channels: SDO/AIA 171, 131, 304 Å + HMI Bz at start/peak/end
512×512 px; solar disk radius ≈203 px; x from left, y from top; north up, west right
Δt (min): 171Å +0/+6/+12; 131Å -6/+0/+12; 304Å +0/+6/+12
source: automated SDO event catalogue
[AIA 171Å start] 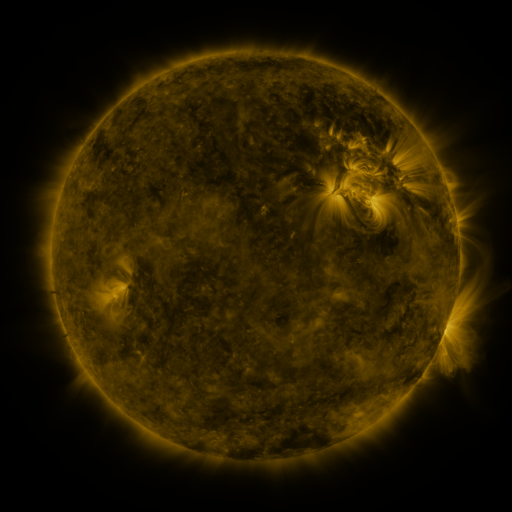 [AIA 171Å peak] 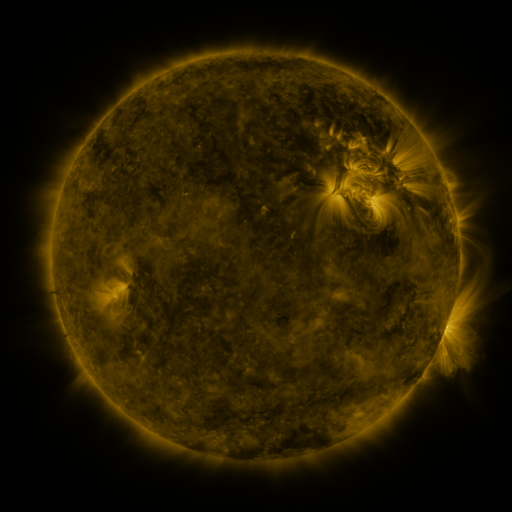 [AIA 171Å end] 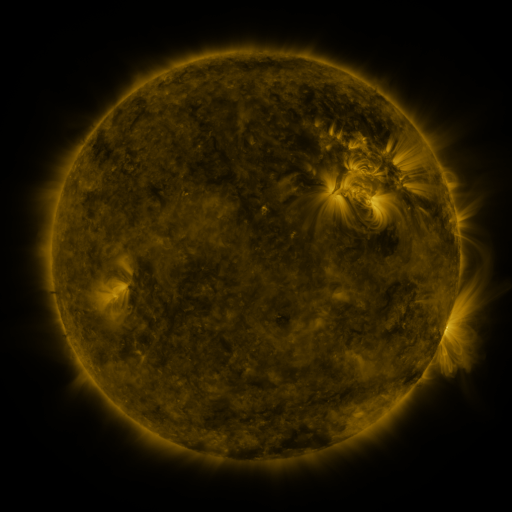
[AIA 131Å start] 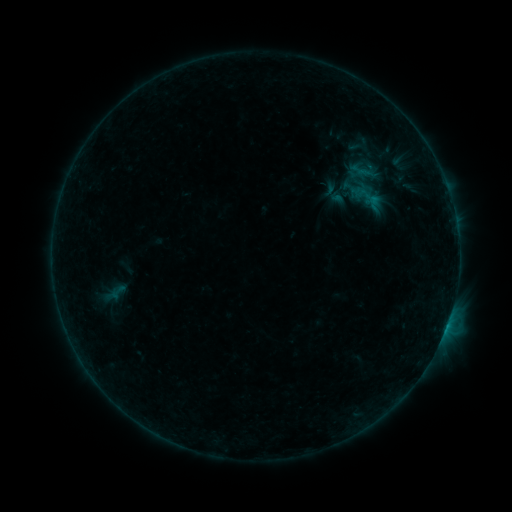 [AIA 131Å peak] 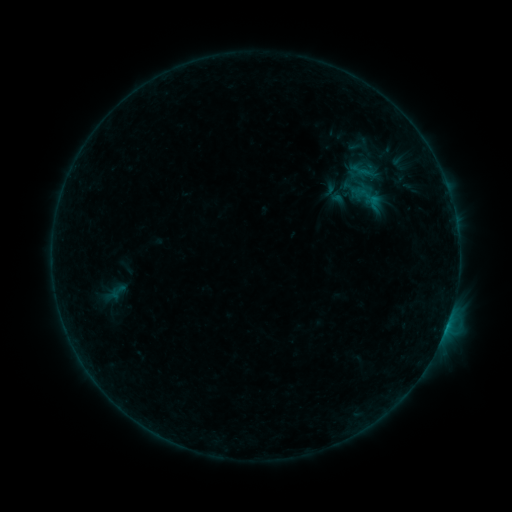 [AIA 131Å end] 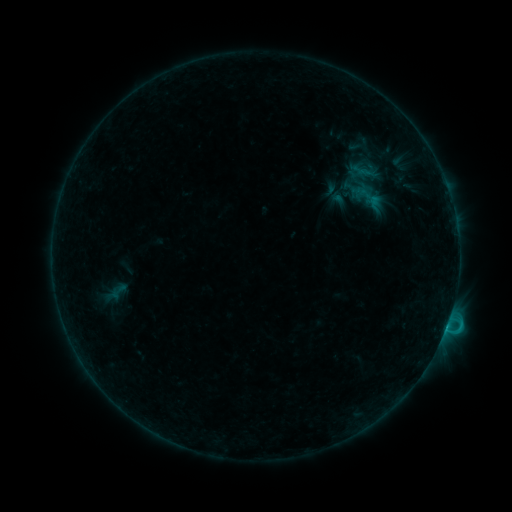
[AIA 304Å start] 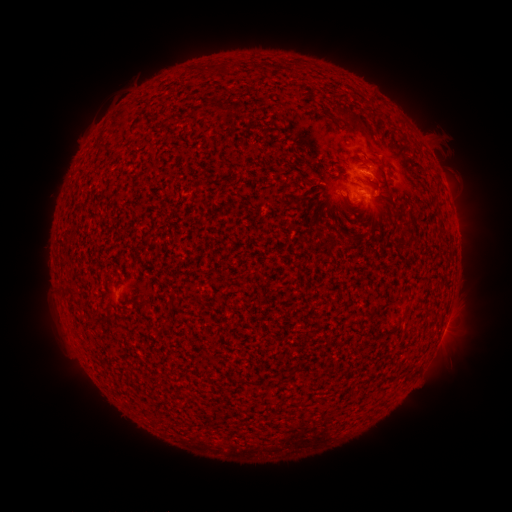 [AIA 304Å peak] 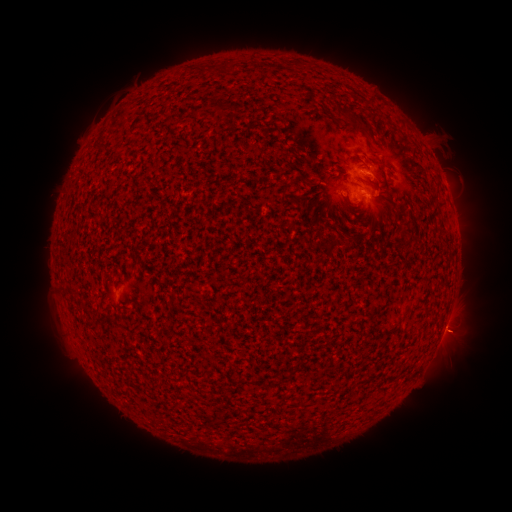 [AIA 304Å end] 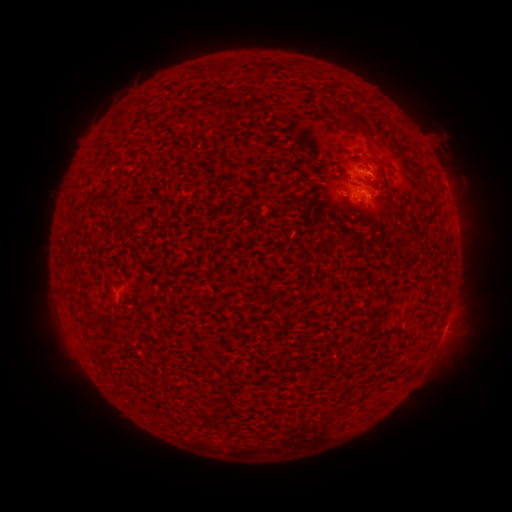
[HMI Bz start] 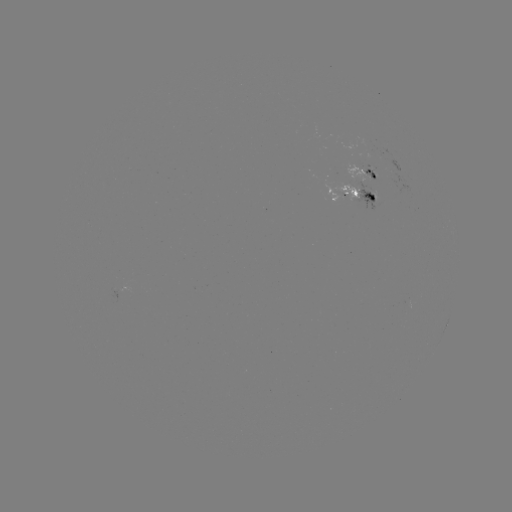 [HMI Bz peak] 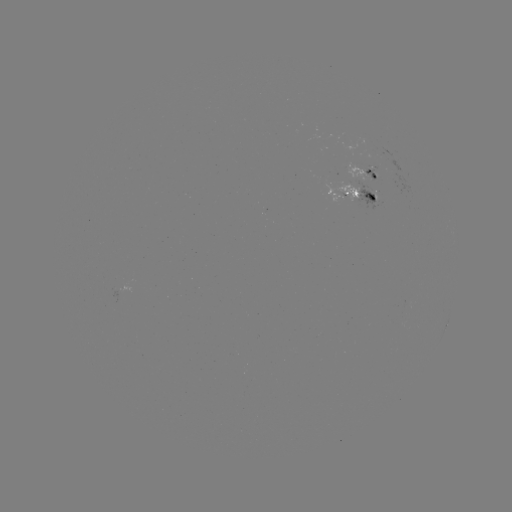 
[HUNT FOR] C4.1 flare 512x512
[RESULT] [445, 327]